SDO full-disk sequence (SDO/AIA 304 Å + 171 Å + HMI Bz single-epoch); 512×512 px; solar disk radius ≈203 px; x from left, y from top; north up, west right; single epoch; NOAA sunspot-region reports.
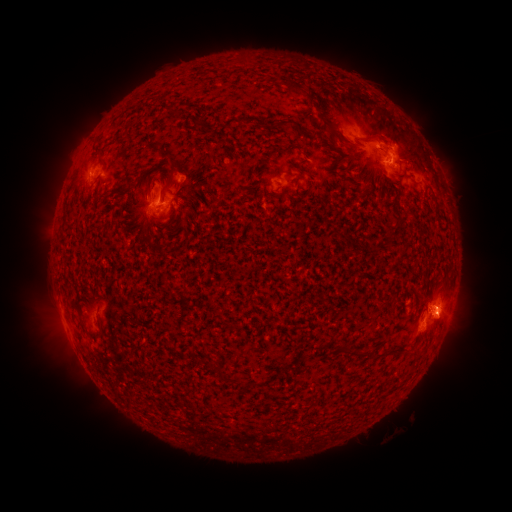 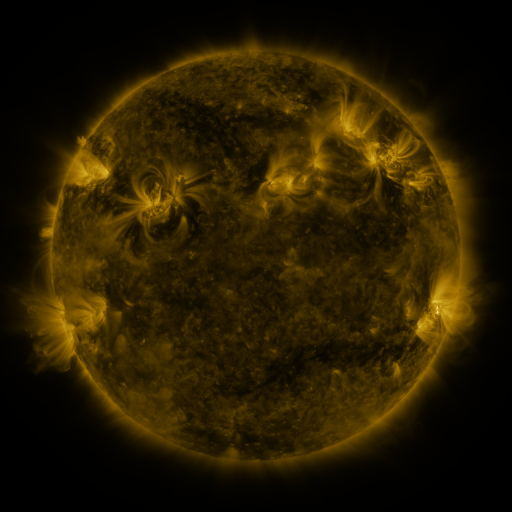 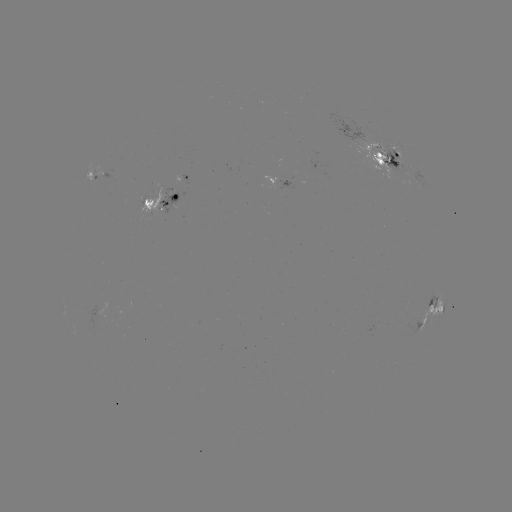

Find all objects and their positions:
spotted active region: (389, 157)
spotted active region: (98, 170)
spotted active region: (165, 194)
spotted active region: (287, 199)
spotted active region: (433, 316)
